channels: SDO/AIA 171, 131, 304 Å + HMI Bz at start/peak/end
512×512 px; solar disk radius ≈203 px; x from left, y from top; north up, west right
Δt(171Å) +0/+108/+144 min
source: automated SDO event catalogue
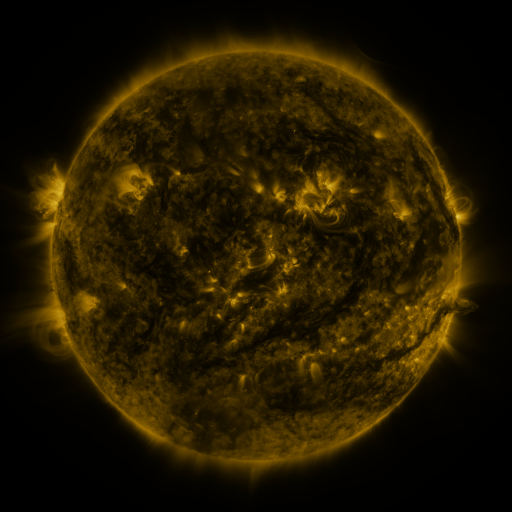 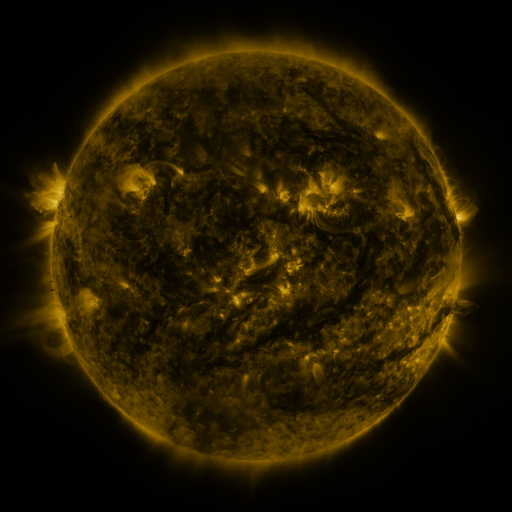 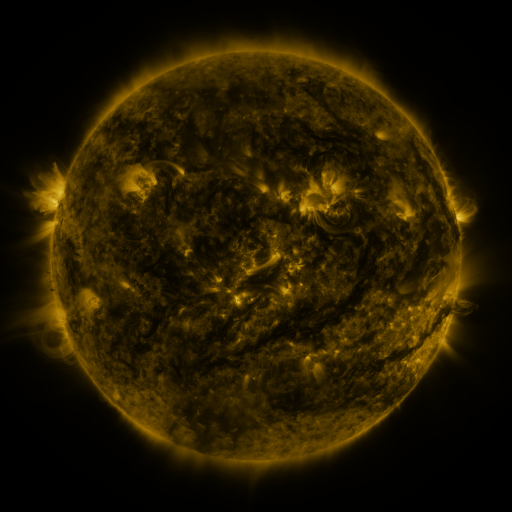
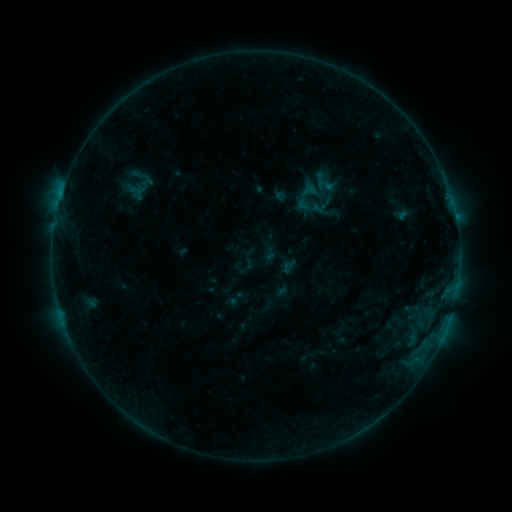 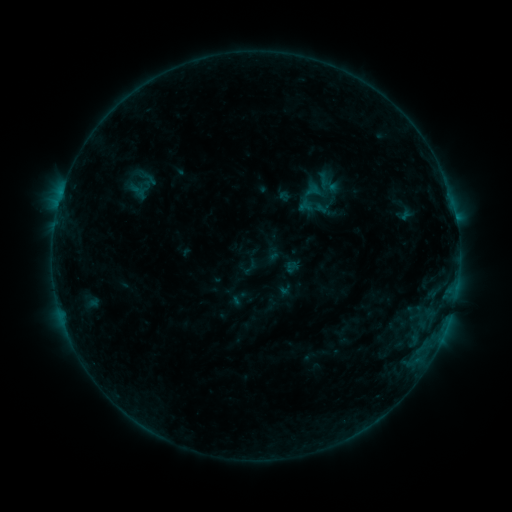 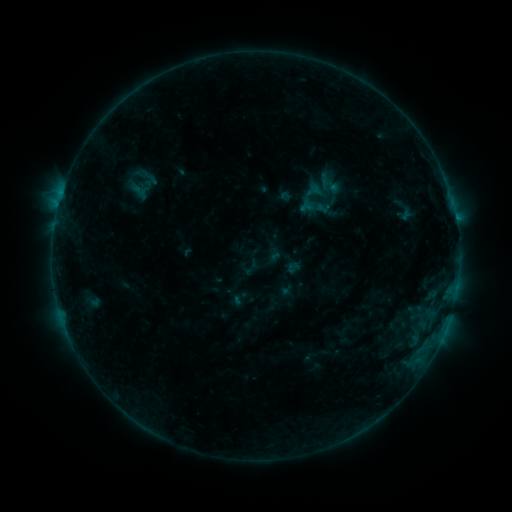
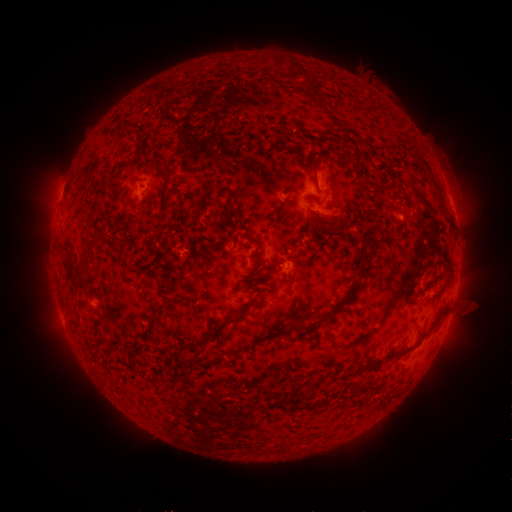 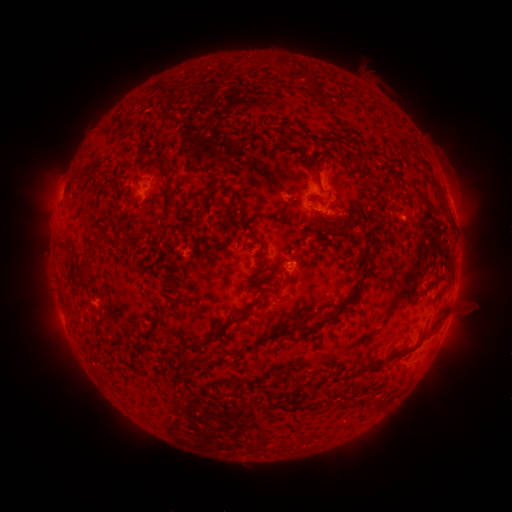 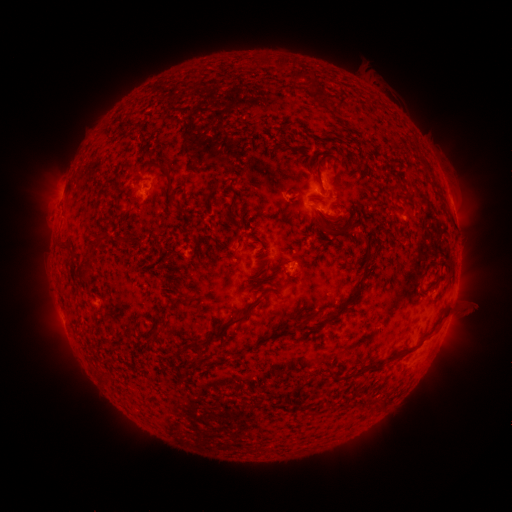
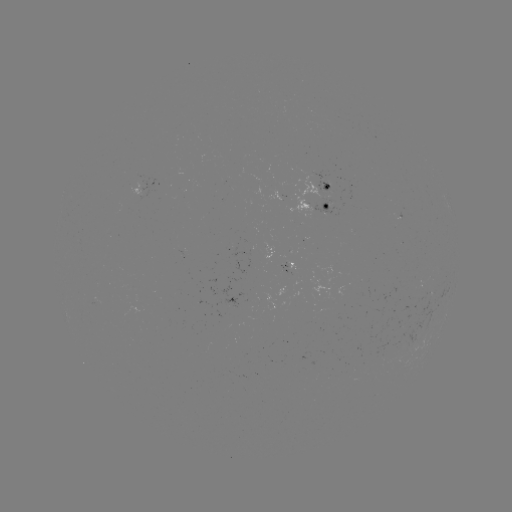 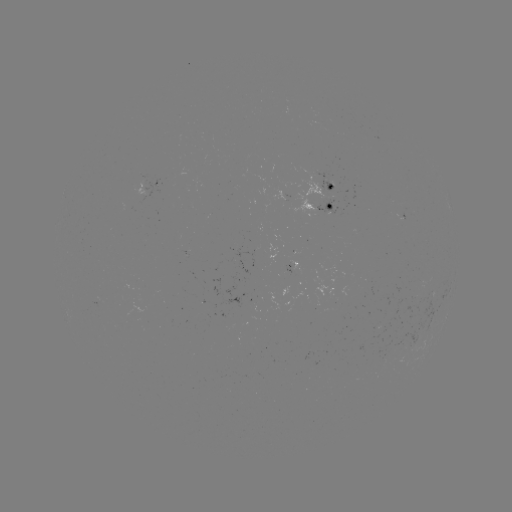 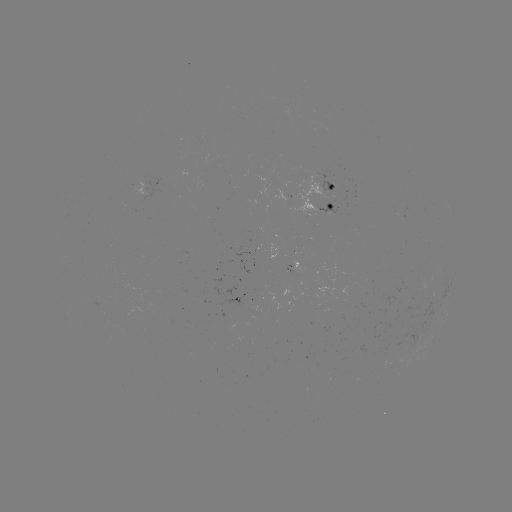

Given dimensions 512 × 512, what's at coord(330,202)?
emerging-flux region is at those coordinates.